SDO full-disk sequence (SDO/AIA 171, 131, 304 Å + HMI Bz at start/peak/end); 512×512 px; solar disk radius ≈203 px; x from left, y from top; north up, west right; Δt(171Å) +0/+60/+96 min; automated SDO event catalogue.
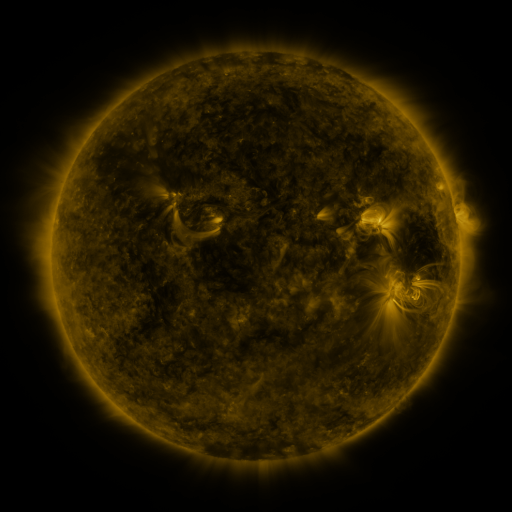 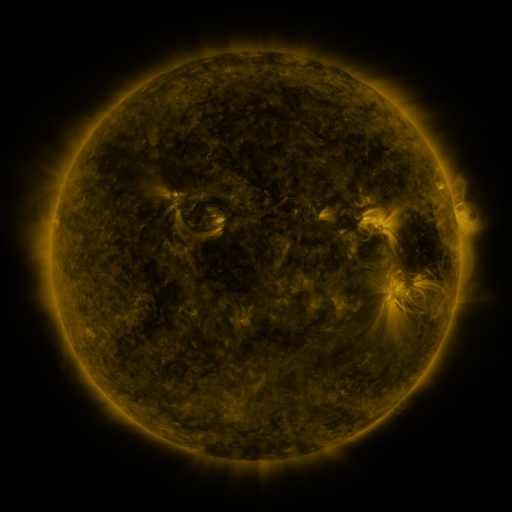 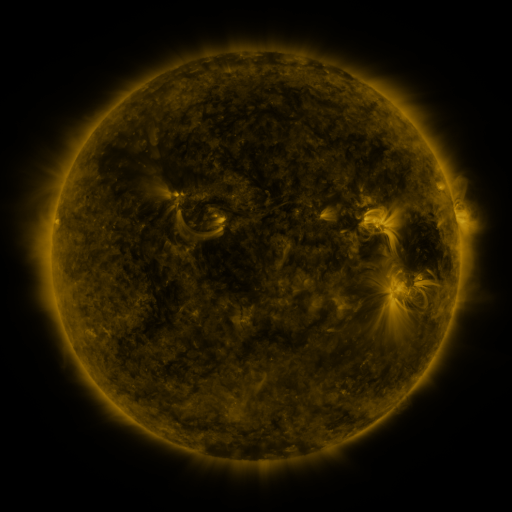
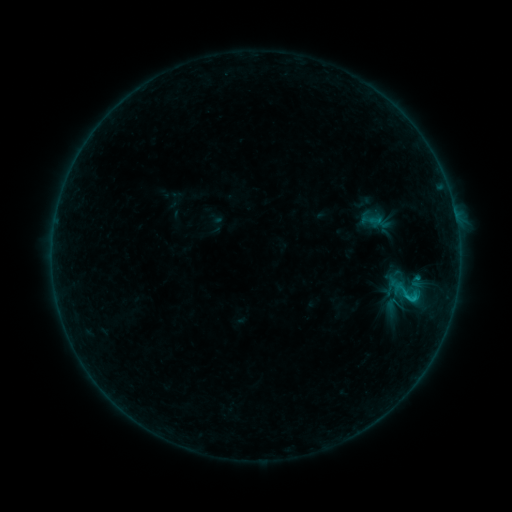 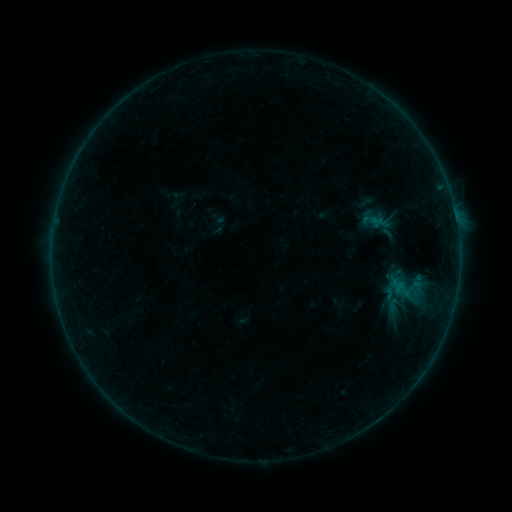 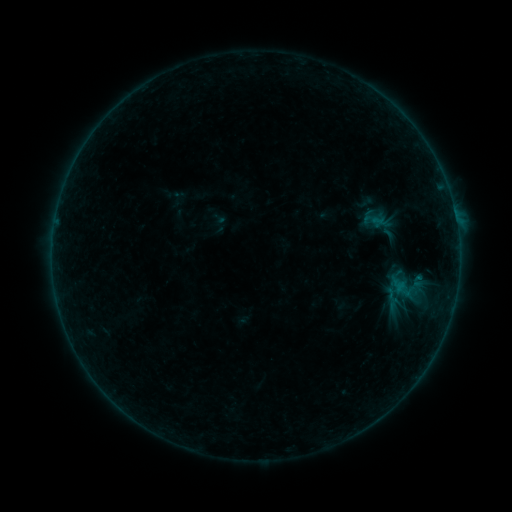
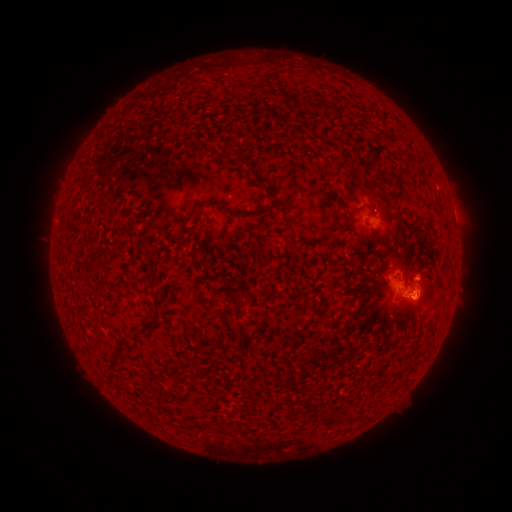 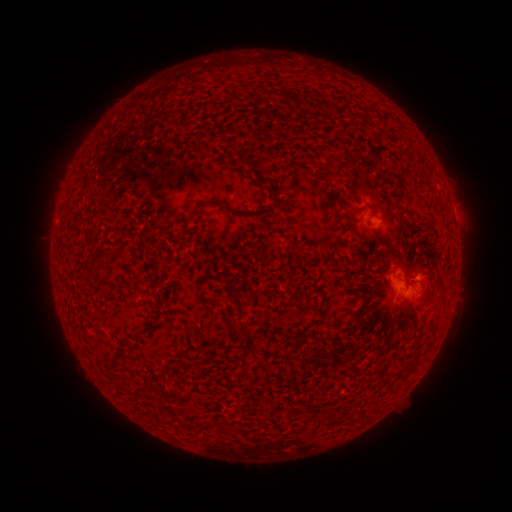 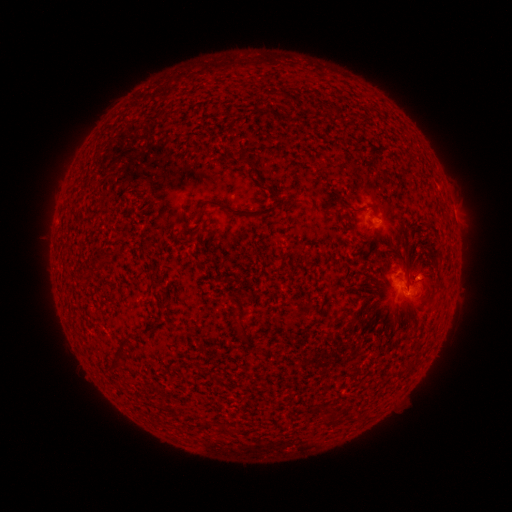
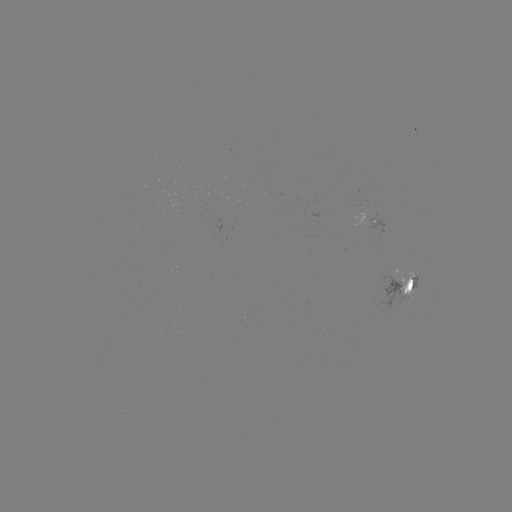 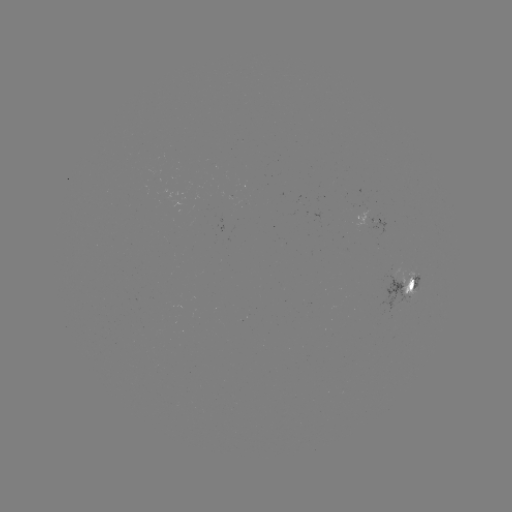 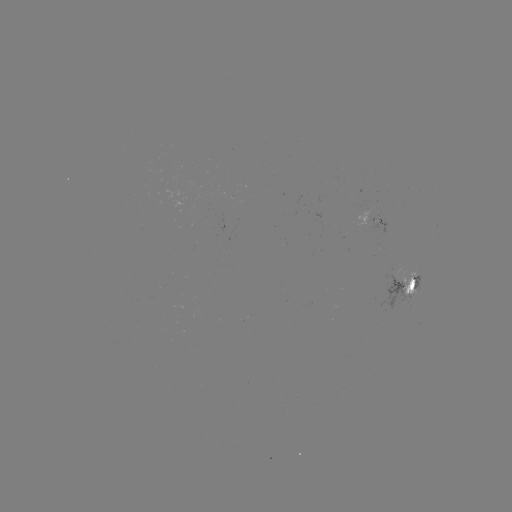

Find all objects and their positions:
emerging-flux region: (421, 275)
